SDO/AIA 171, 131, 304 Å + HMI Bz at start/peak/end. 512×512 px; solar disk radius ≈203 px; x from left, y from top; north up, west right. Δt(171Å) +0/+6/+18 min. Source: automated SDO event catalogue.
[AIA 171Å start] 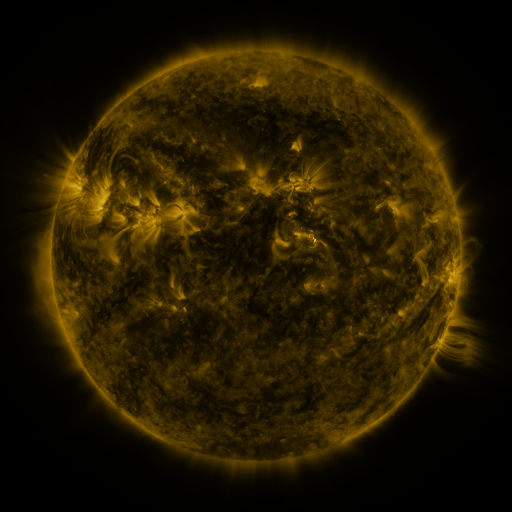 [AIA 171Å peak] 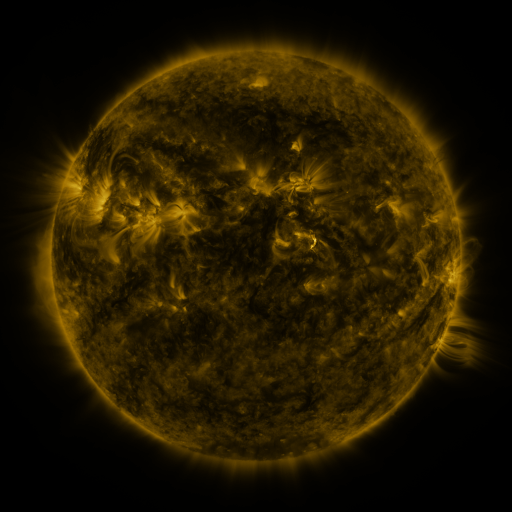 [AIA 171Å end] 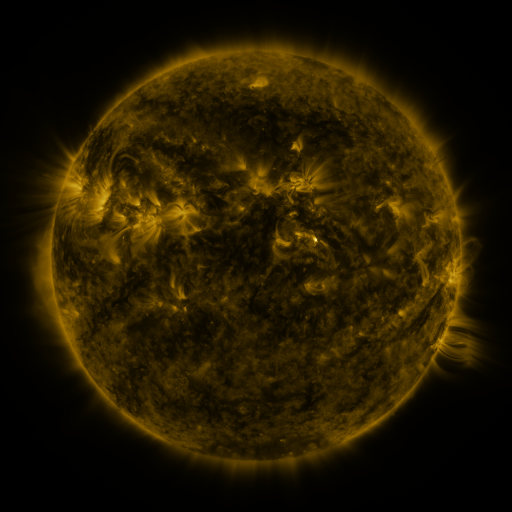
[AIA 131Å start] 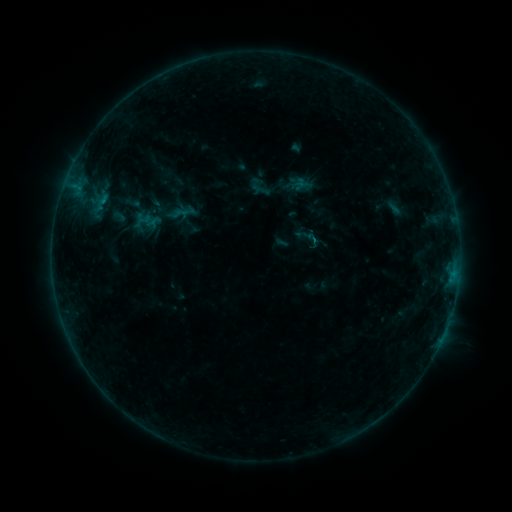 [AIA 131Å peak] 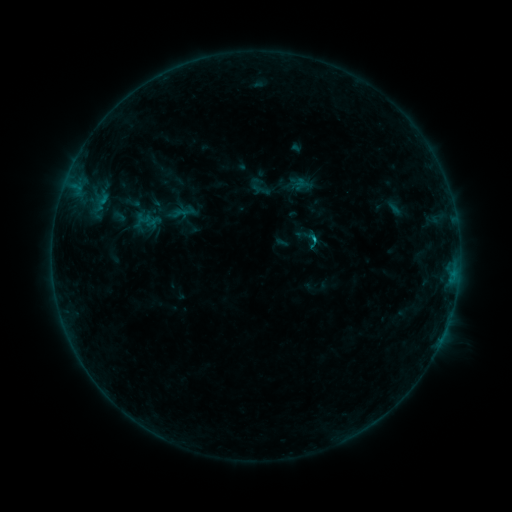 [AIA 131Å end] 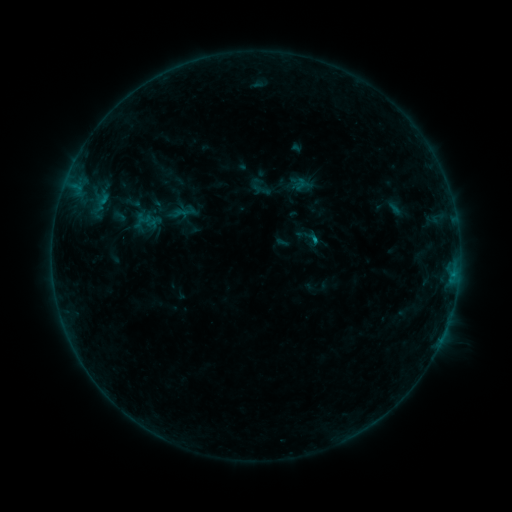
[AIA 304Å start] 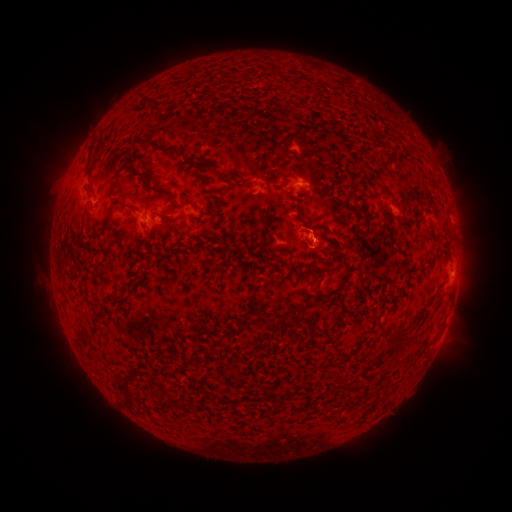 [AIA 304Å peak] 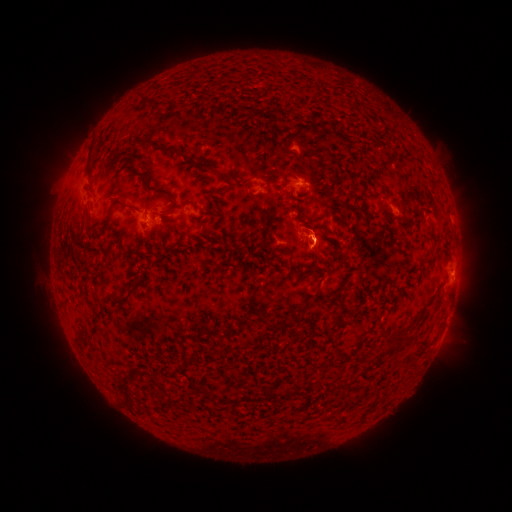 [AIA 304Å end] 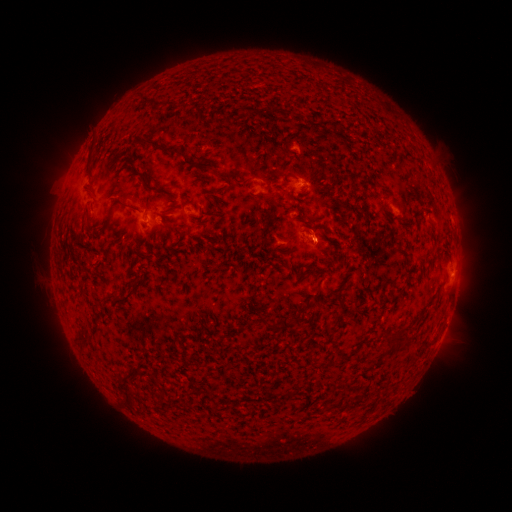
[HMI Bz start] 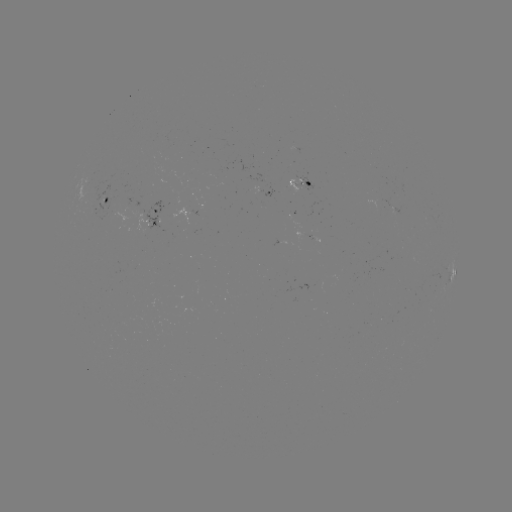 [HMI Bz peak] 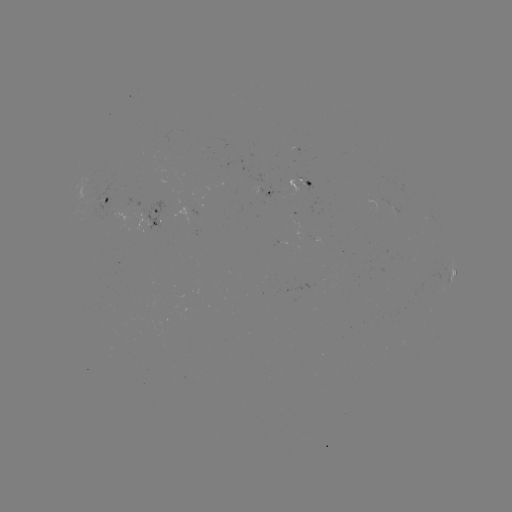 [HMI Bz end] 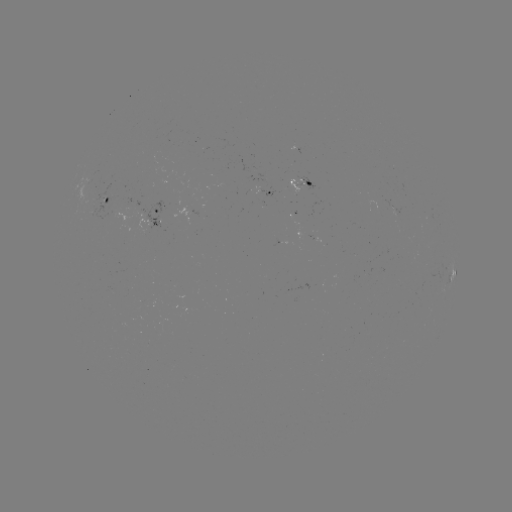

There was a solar flare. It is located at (312, 238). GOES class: B4.4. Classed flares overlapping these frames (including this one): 1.